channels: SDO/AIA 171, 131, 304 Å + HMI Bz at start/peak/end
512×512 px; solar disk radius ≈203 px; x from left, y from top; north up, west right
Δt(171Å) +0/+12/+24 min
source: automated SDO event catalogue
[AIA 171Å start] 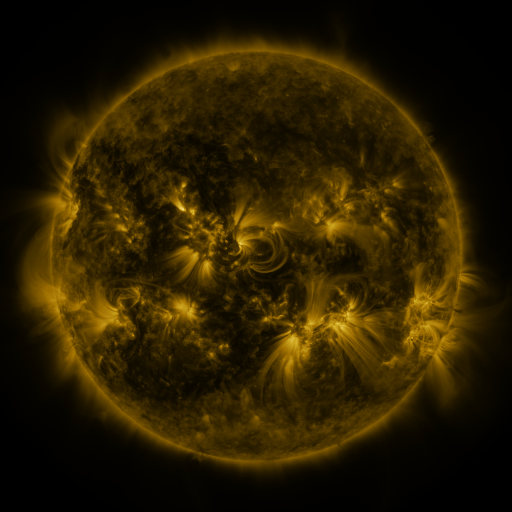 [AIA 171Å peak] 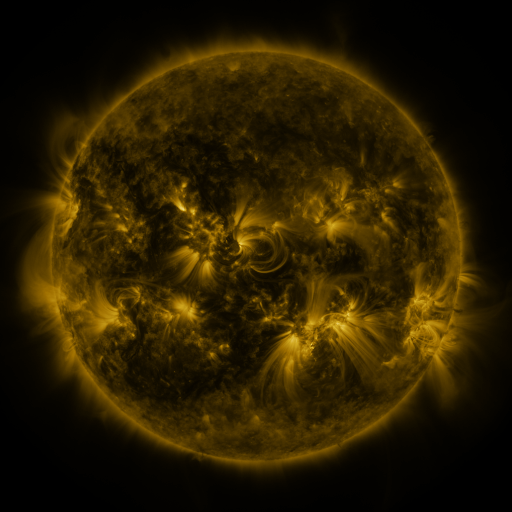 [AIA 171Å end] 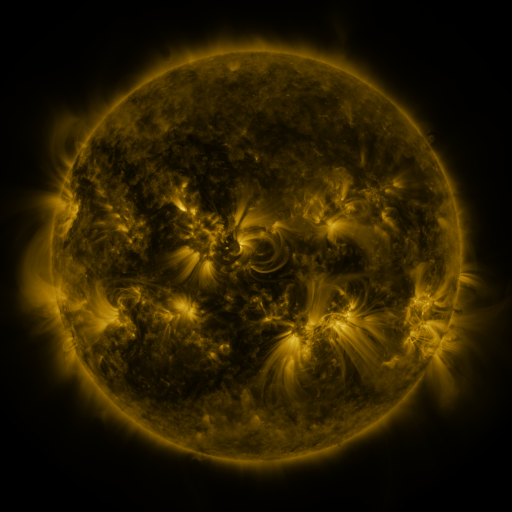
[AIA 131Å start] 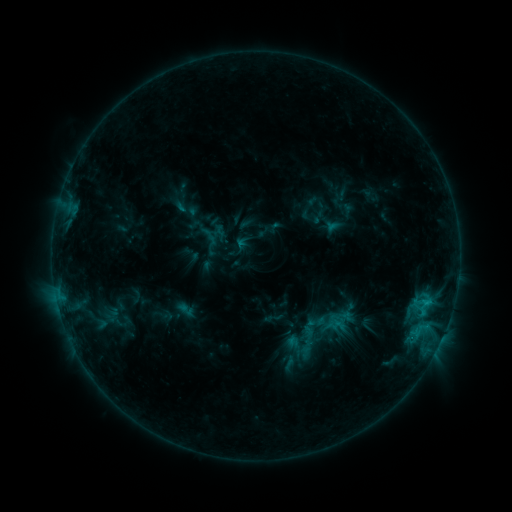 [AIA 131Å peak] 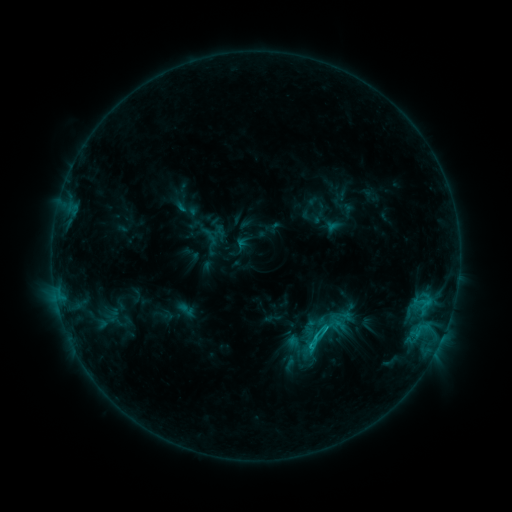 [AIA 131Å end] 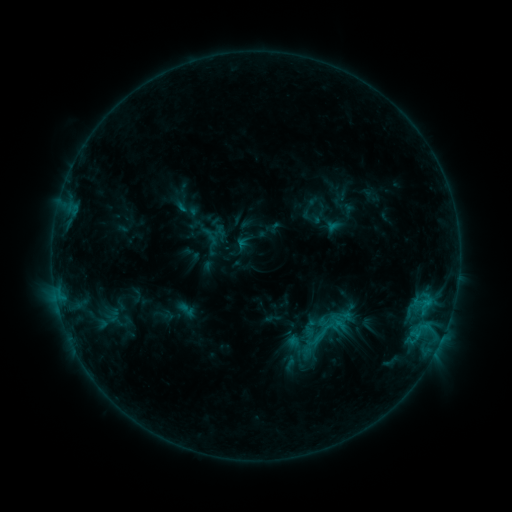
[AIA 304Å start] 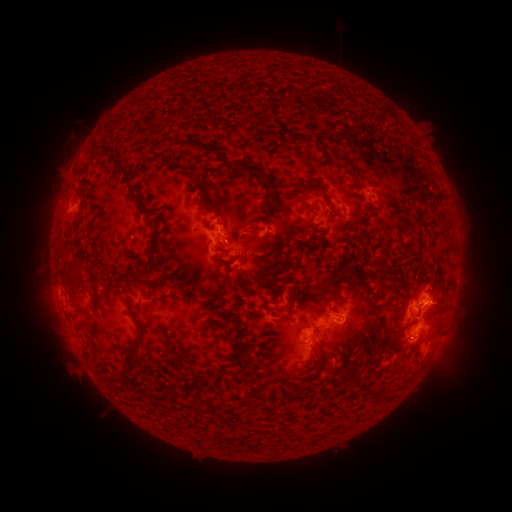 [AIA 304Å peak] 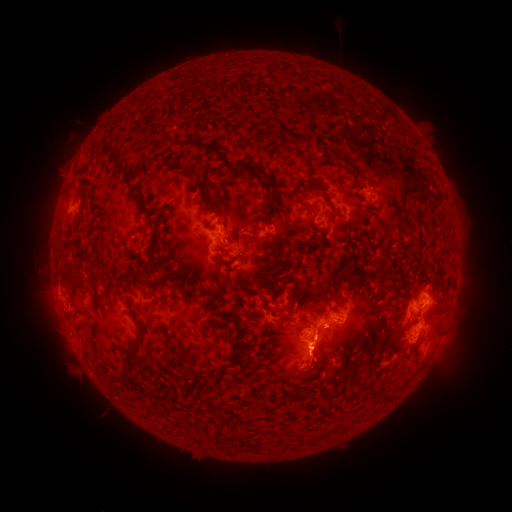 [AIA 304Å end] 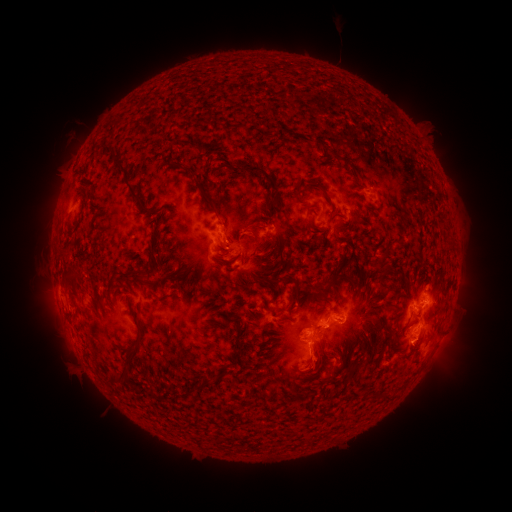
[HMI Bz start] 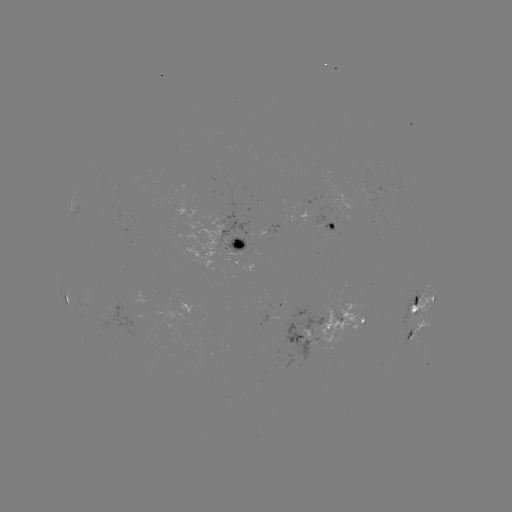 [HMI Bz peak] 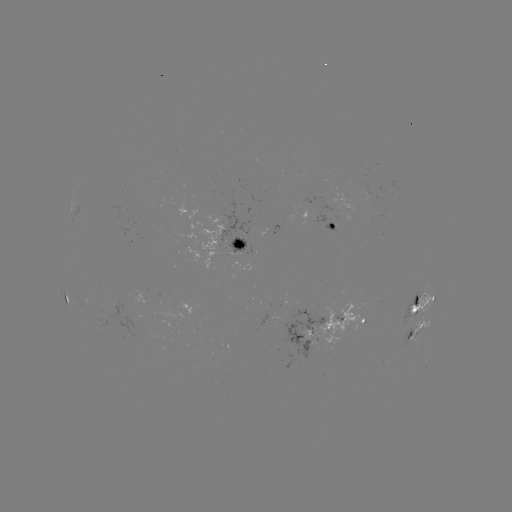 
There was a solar eruption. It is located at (317, 360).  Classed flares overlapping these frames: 1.